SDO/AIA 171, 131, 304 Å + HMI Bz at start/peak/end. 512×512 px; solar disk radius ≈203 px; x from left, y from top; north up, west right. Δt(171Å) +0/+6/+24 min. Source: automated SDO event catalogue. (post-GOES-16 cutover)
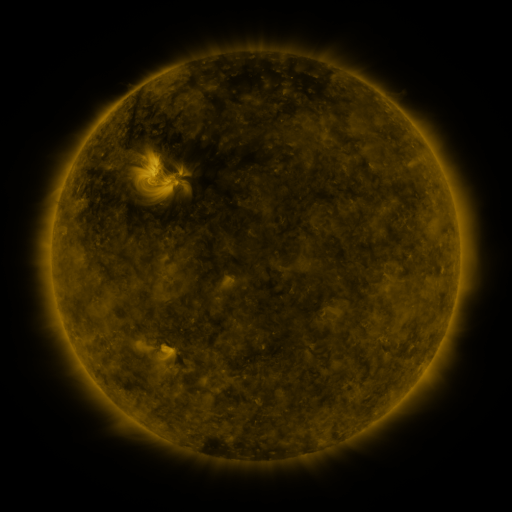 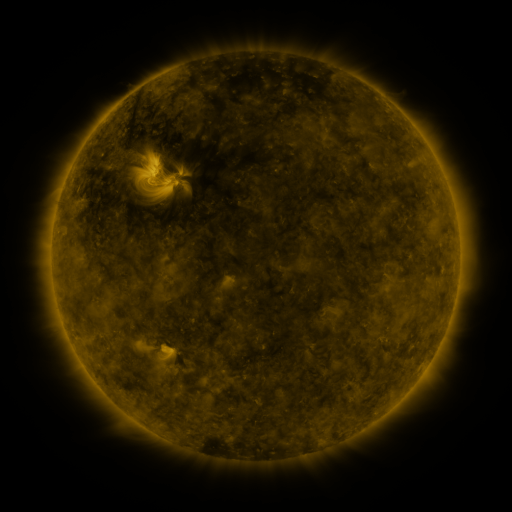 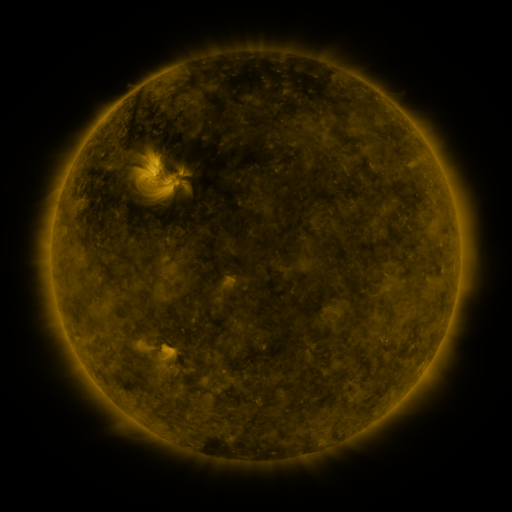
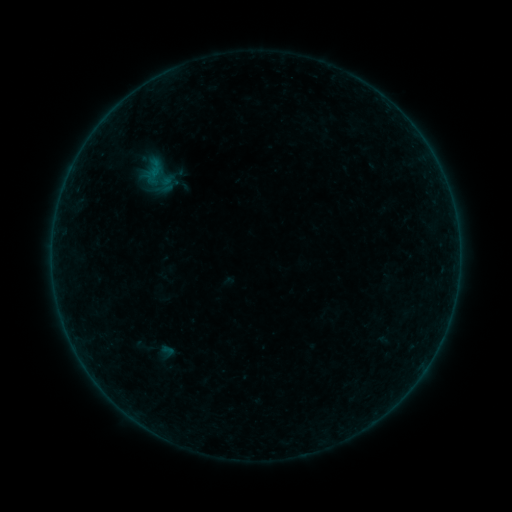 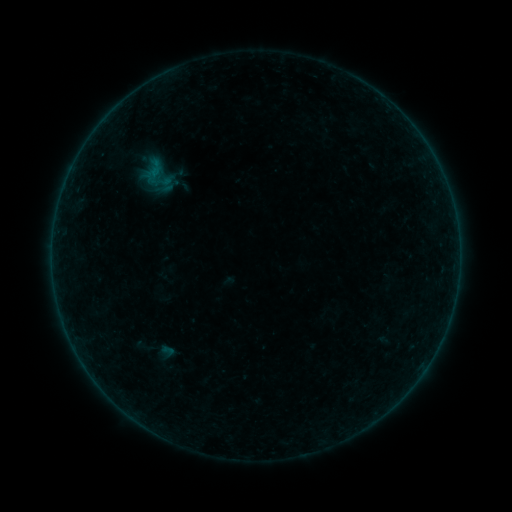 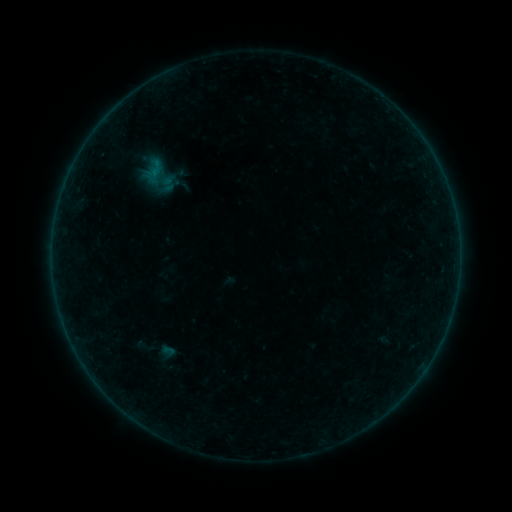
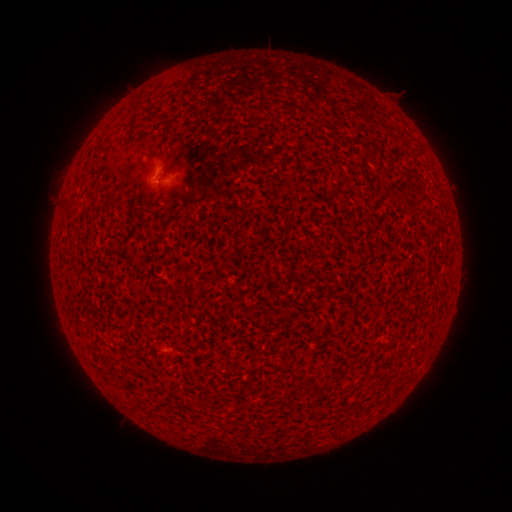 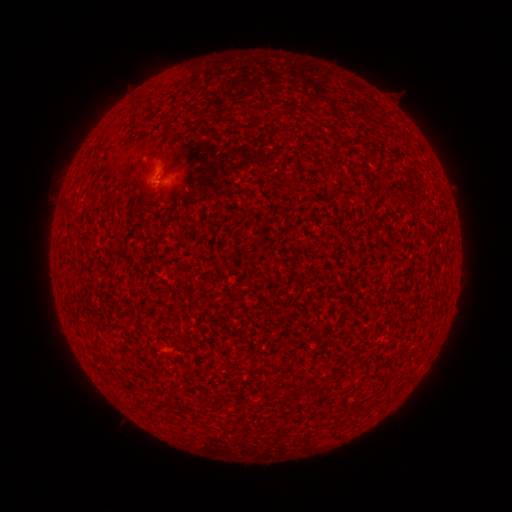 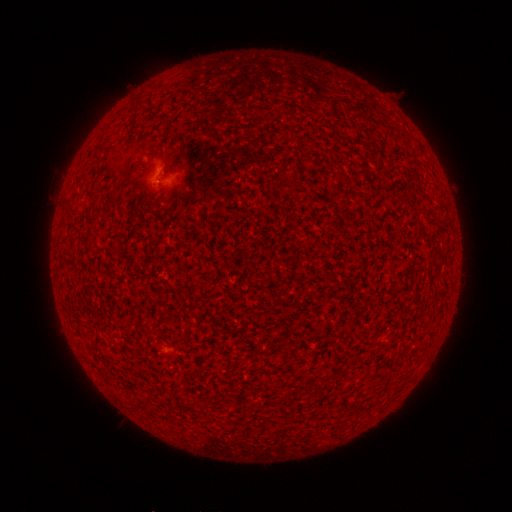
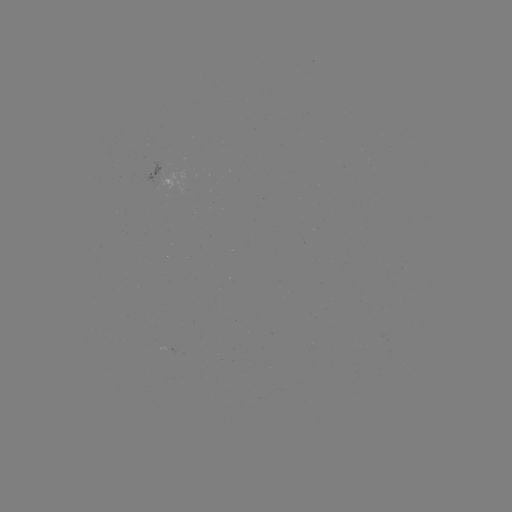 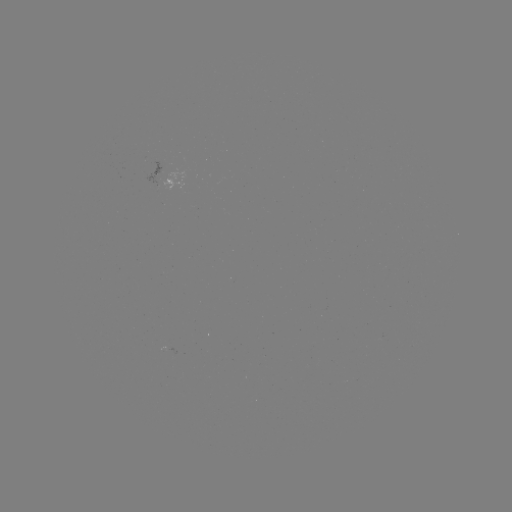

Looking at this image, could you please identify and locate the A5.5 flare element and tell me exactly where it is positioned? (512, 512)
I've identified A5.5 flare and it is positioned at [159, 182].